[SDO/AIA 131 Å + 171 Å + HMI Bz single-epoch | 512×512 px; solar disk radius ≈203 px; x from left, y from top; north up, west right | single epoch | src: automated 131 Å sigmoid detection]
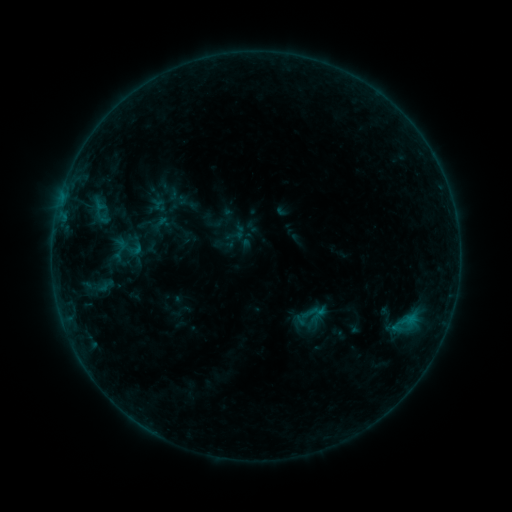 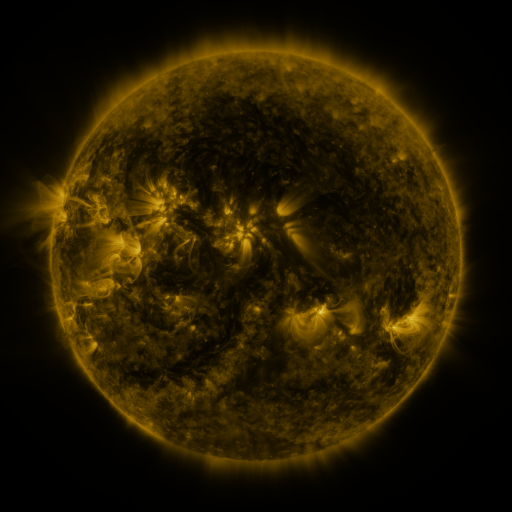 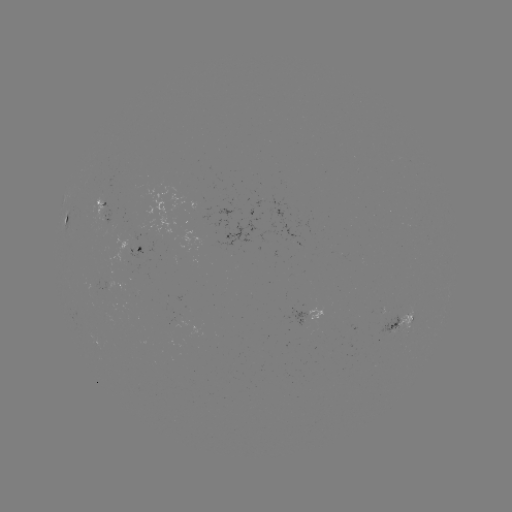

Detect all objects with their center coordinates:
sigmoid: (120, 249)
